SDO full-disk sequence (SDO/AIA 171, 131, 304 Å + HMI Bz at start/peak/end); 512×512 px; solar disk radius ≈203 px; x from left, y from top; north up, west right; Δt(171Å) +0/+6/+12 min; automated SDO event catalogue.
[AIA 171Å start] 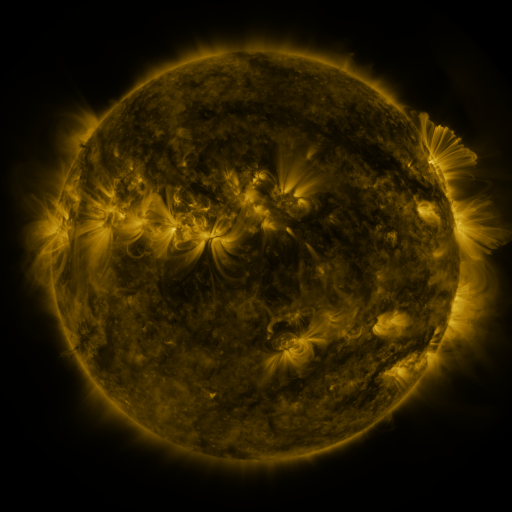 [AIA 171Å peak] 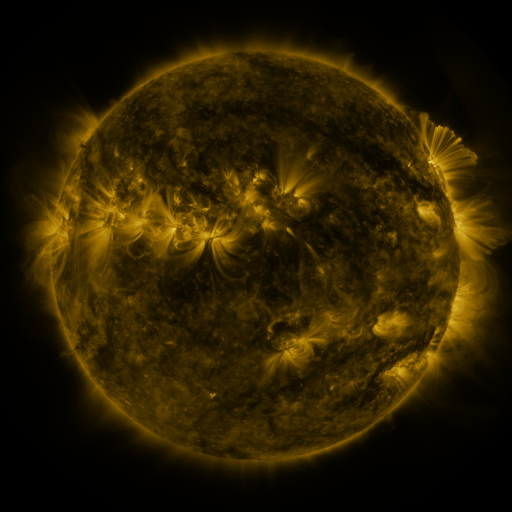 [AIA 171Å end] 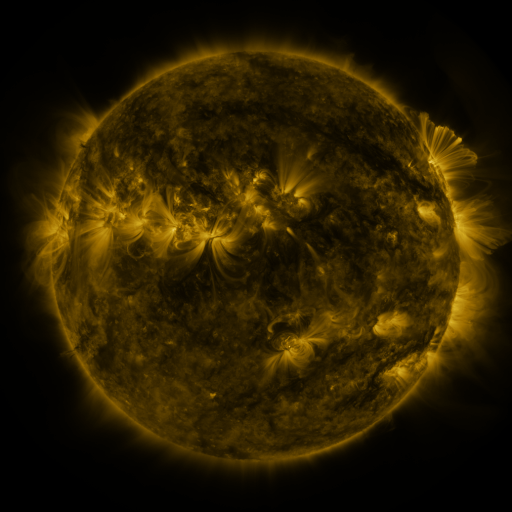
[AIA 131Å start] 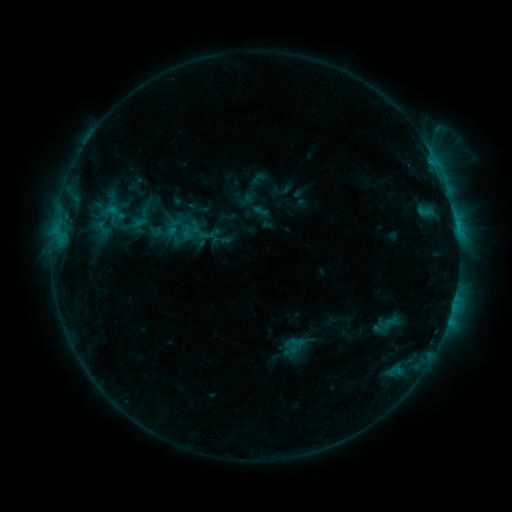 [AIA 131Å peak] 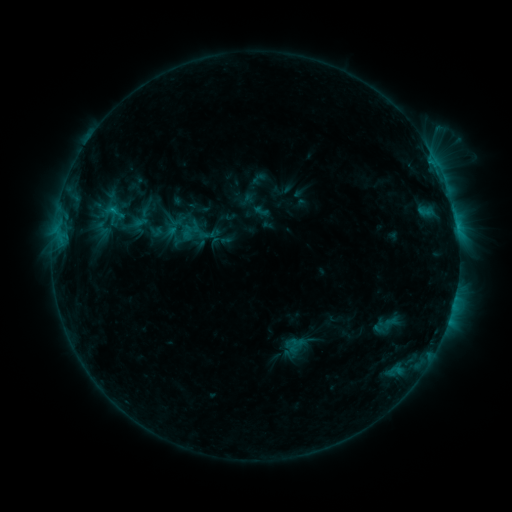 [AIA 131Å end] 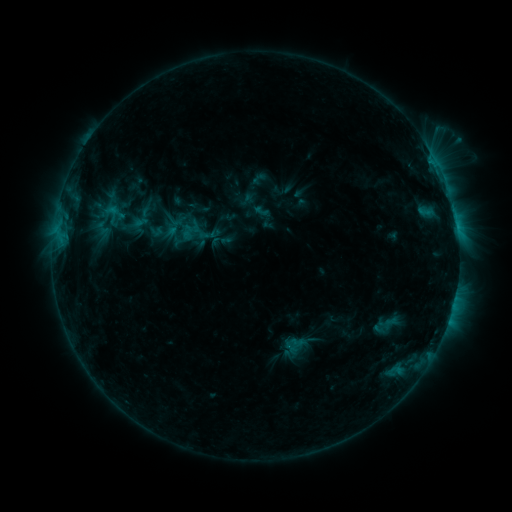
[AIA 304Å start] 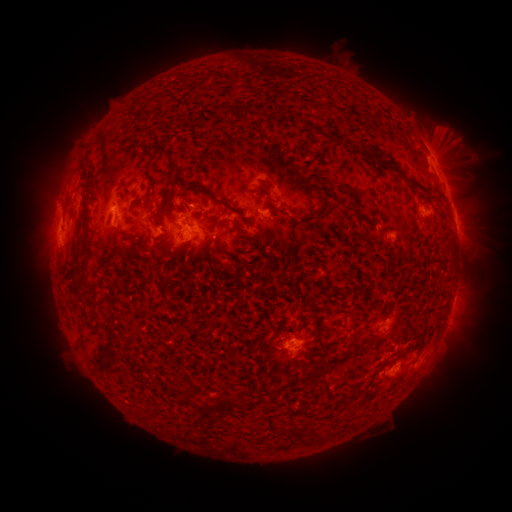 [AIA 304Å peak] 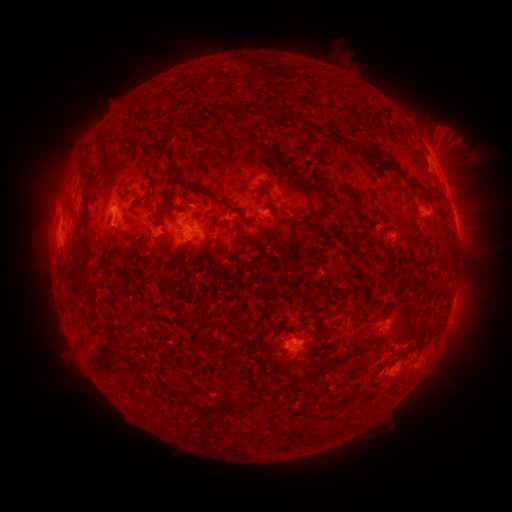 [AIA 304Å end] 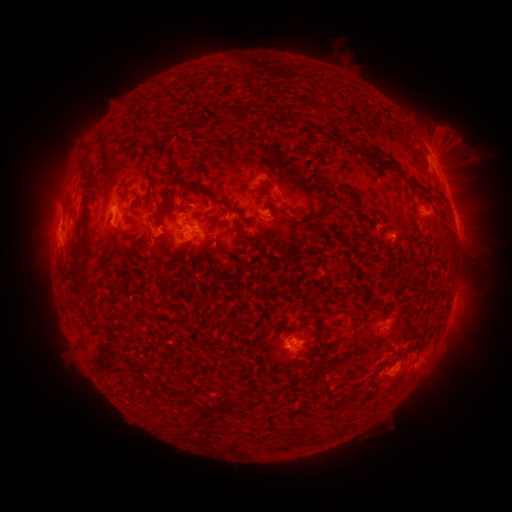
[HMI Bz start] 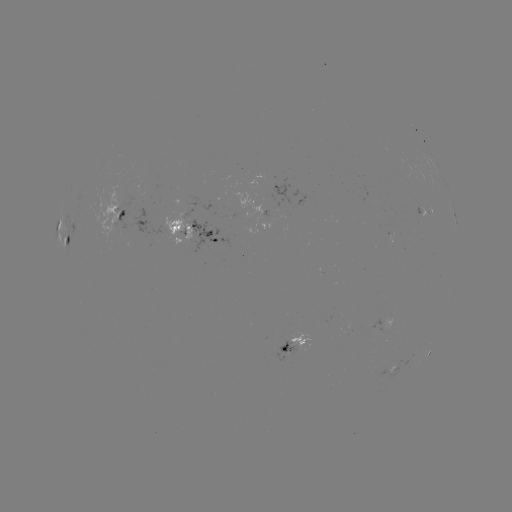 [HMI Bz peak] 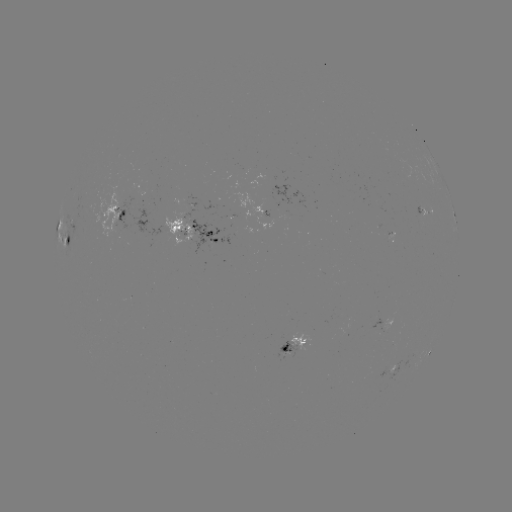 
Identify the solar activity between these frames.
eruption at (449, 144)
